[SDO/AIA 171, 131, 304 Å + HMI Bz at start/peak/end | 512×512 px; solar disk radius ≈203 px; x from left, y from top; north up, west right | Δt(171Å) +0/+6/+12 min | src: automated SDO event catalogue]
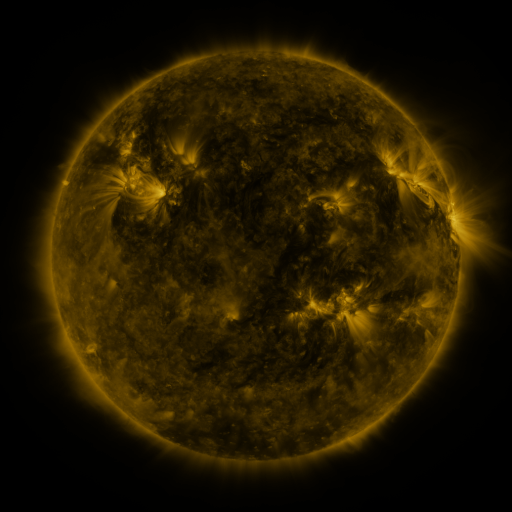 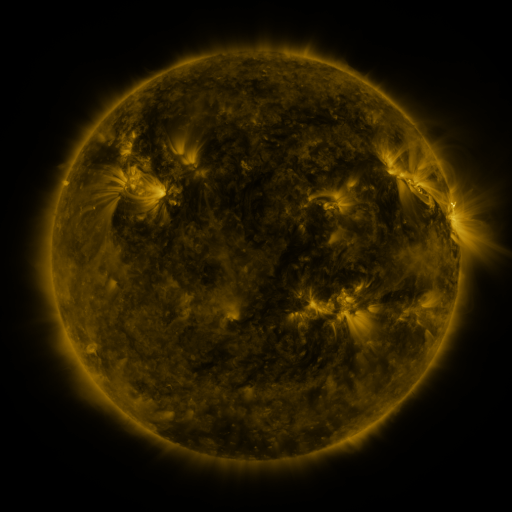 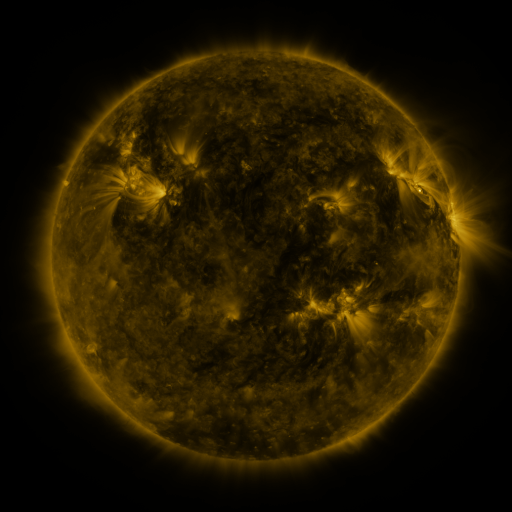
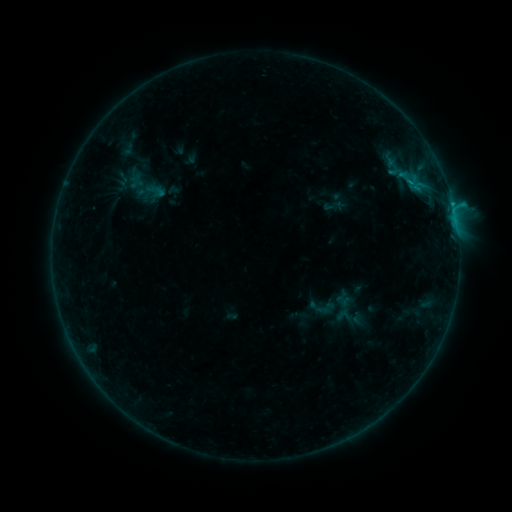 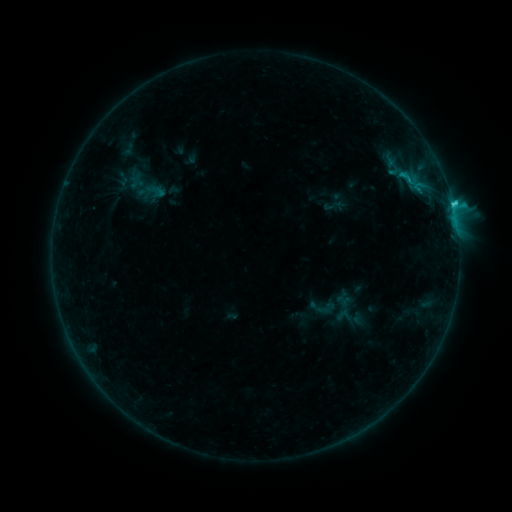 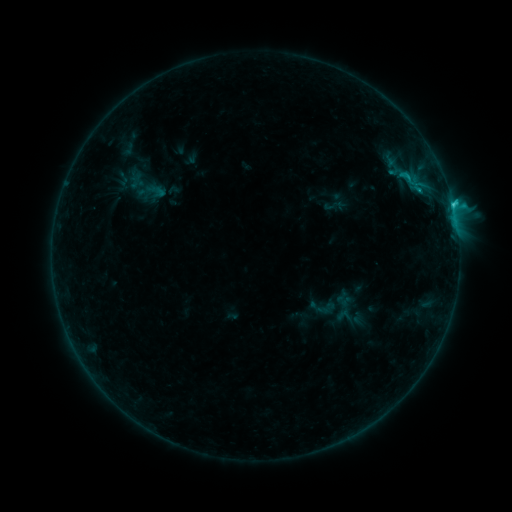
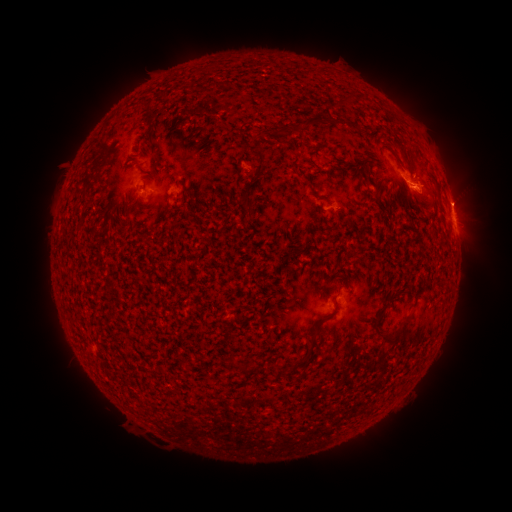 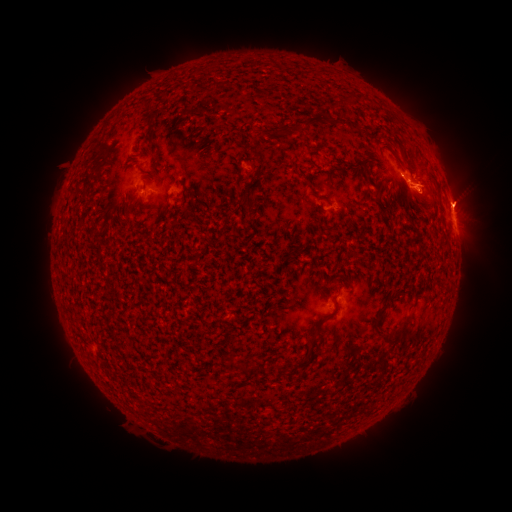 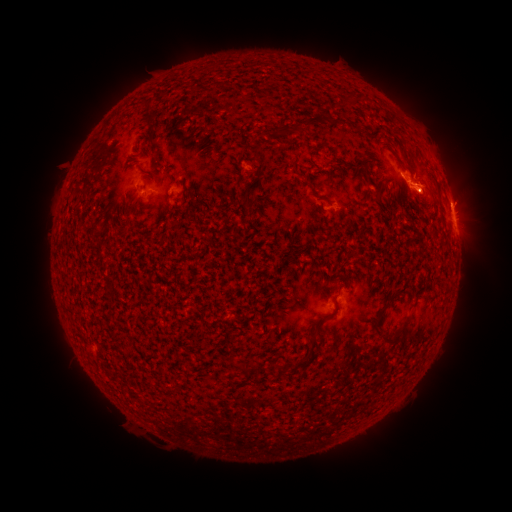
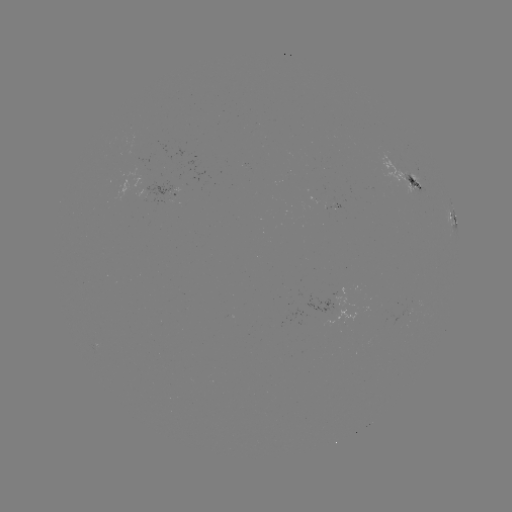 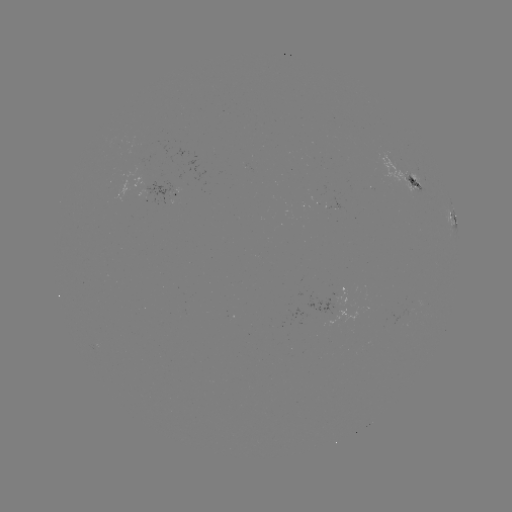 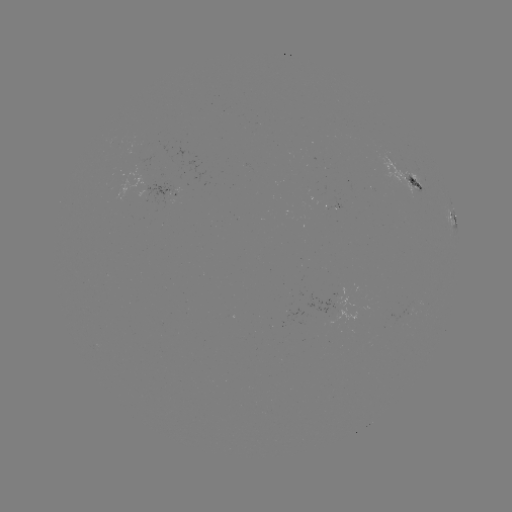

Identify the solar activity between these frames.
C2.1 flare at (251, 452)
